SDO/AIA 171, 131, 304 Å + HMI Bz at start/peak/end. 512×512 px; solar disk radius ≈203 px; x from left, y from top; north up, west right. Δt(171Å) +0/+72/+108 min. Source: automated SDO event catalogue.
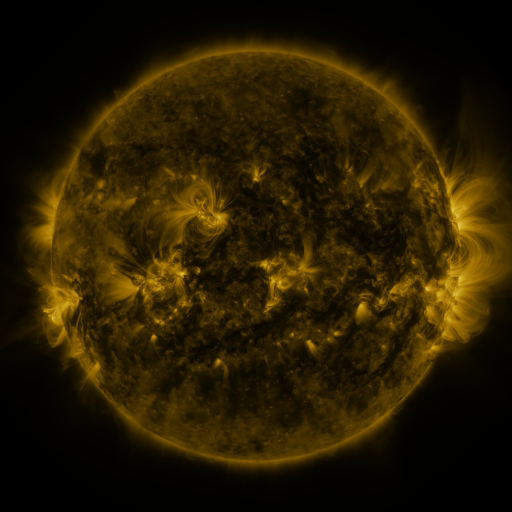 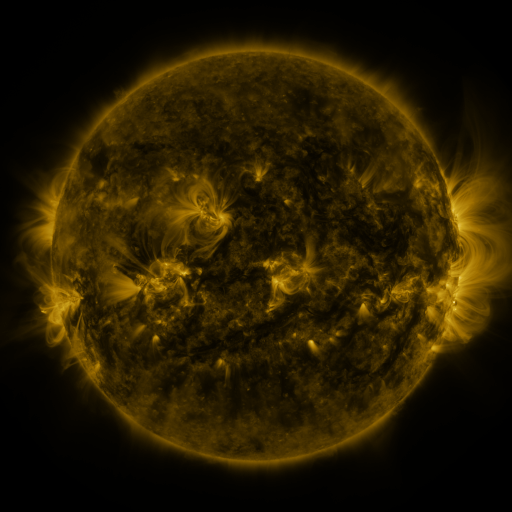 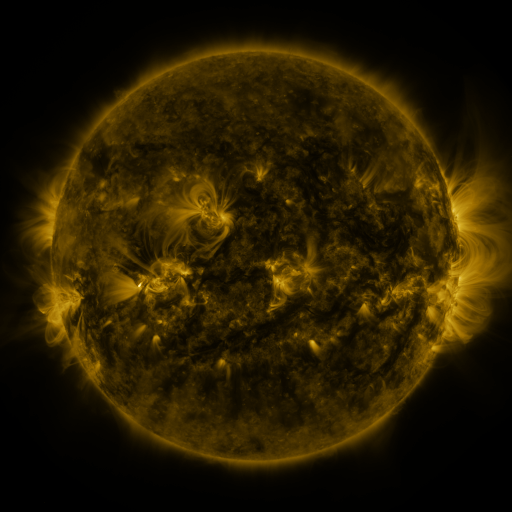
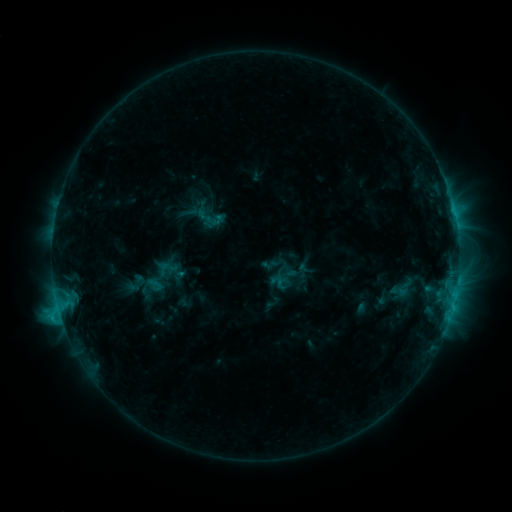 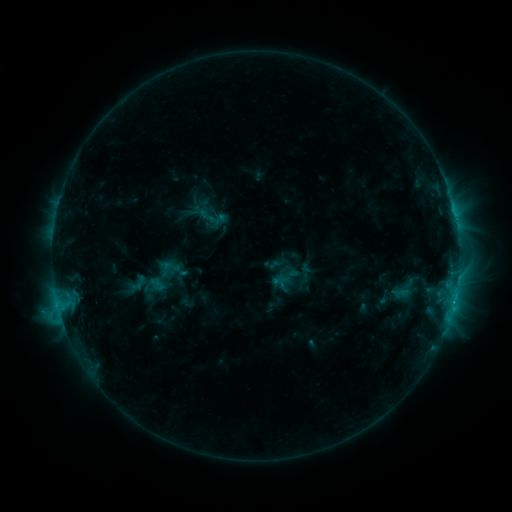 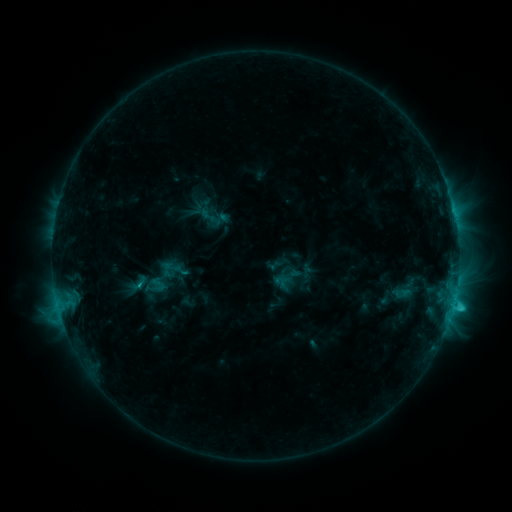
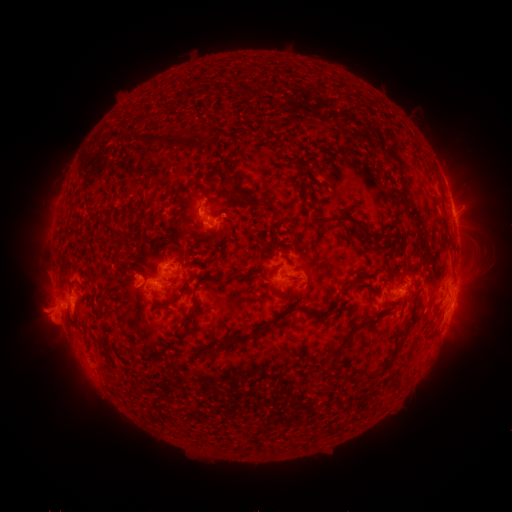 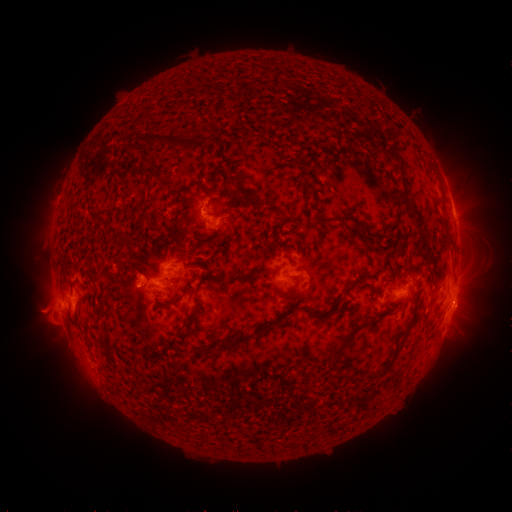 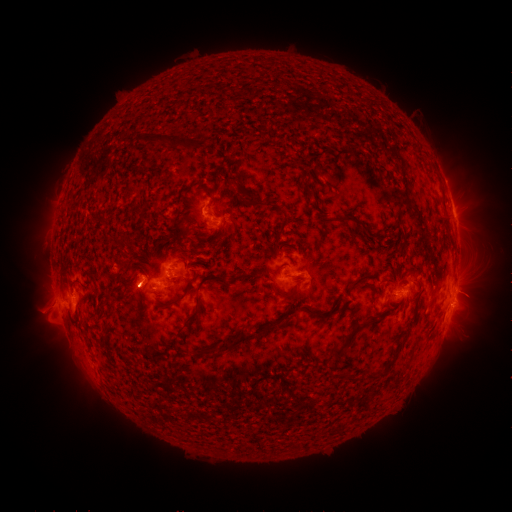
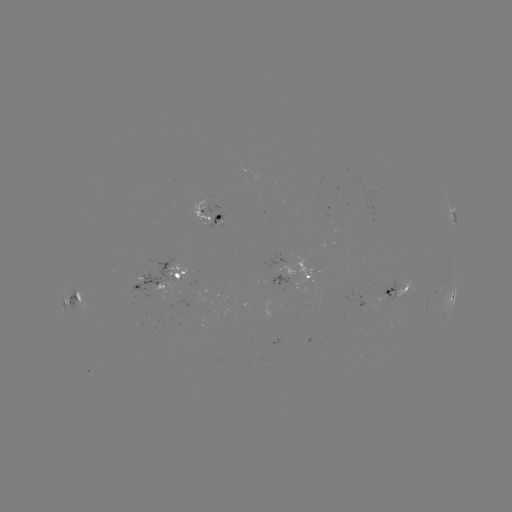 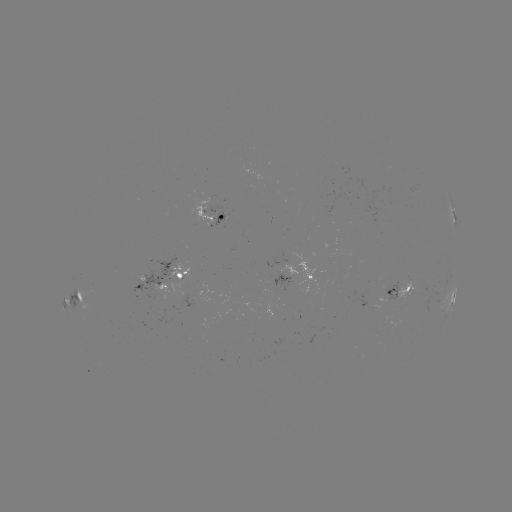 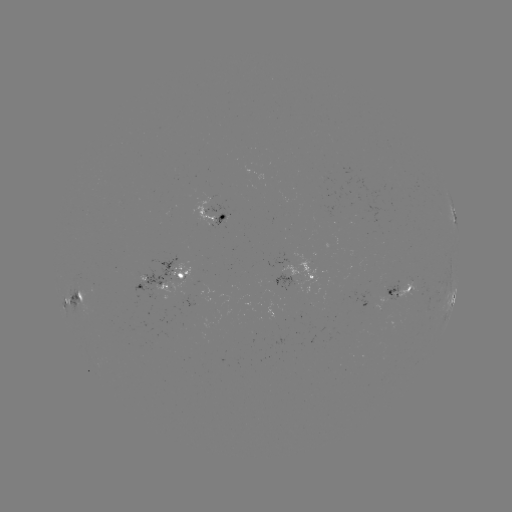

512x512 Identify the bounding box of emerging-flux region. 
[147, 267, 192, 313].